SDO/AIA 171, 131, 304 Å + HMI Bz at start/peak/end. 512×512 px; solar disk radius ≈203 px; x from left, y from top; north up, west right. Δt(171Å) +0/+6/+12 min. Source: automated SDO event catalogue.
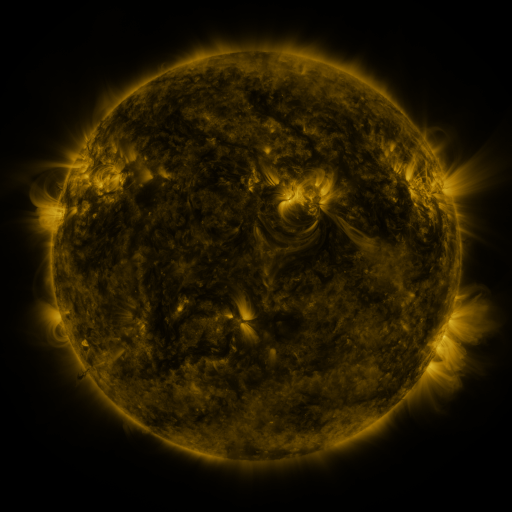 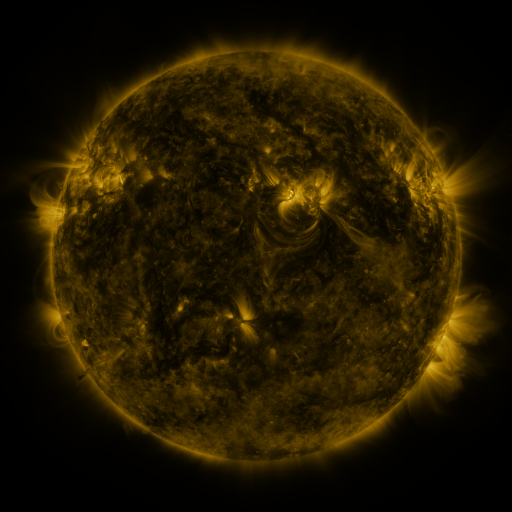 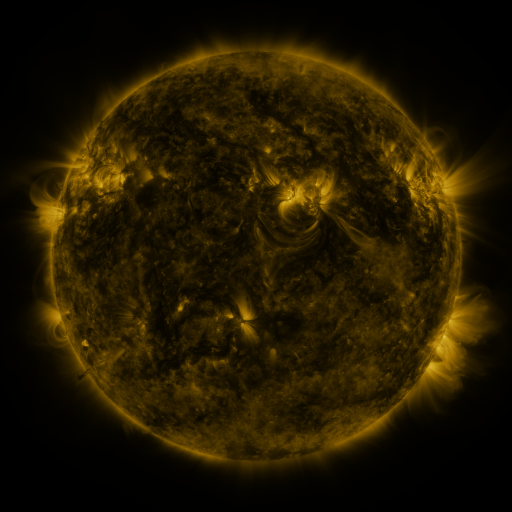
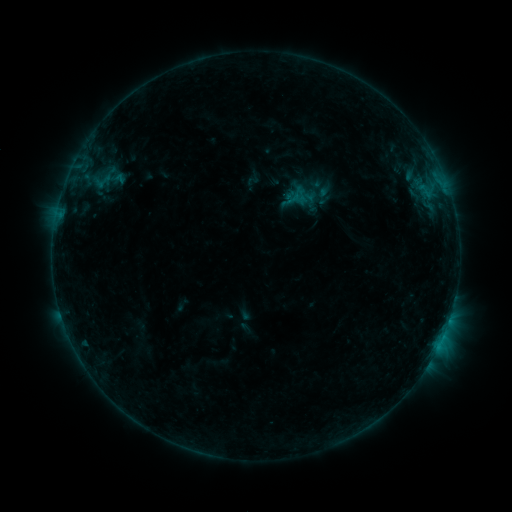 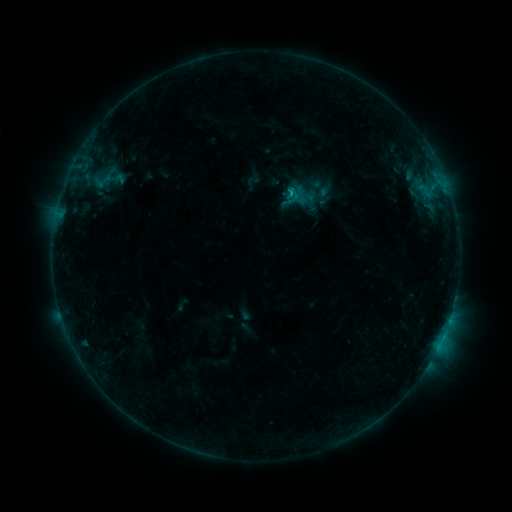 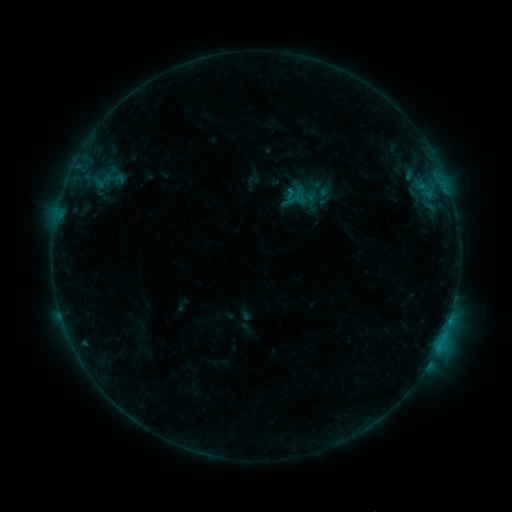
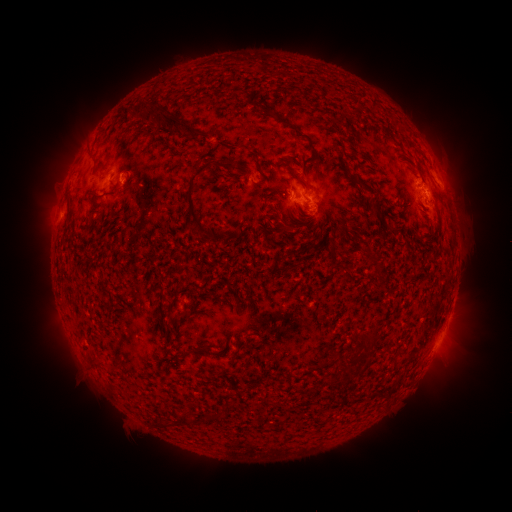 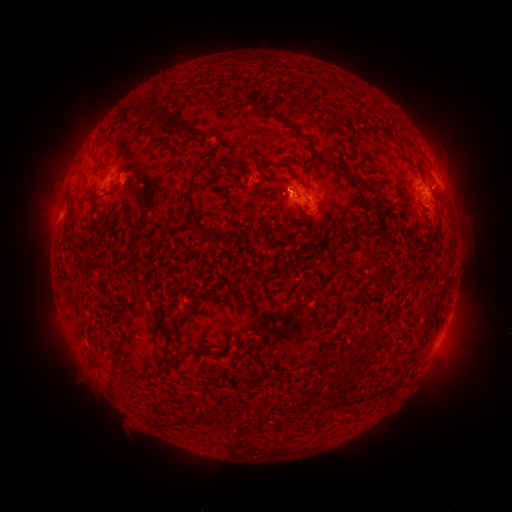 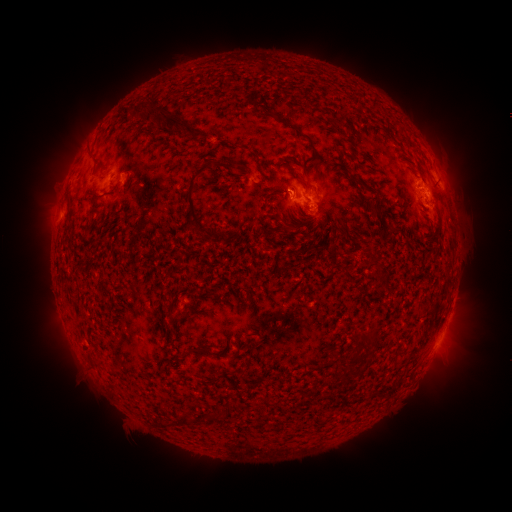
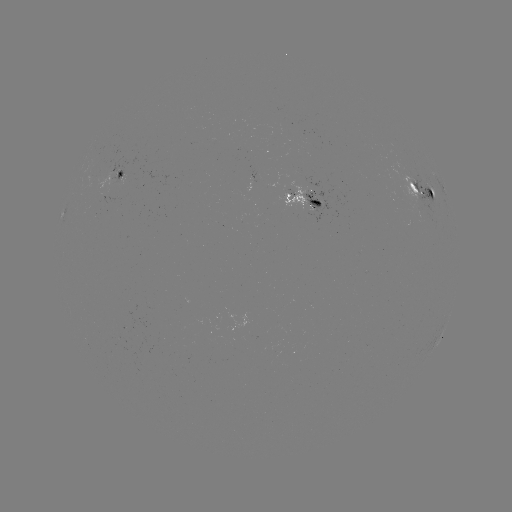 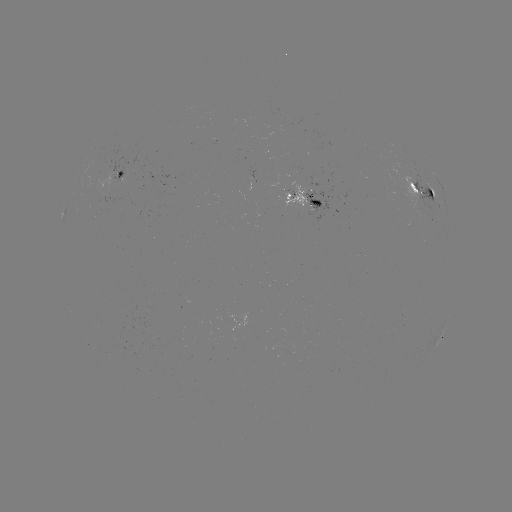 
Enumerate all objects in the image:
B7.1 flare: (286, 193)
